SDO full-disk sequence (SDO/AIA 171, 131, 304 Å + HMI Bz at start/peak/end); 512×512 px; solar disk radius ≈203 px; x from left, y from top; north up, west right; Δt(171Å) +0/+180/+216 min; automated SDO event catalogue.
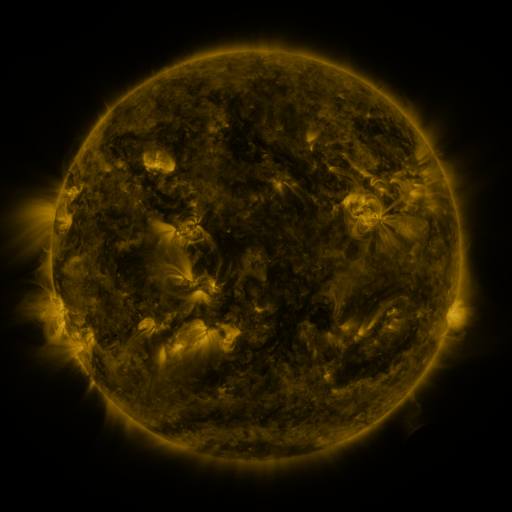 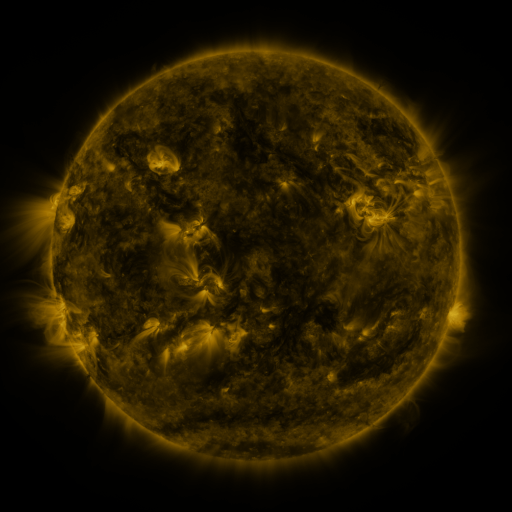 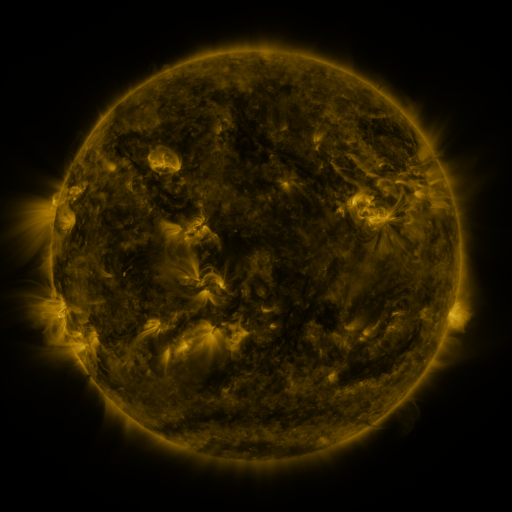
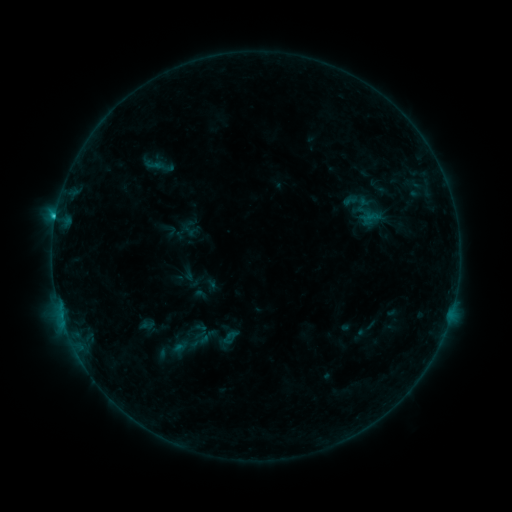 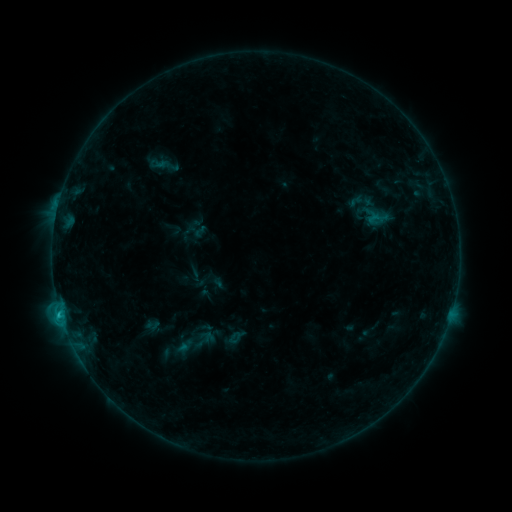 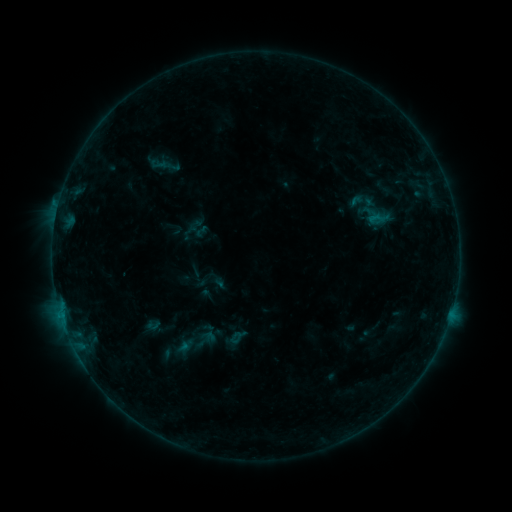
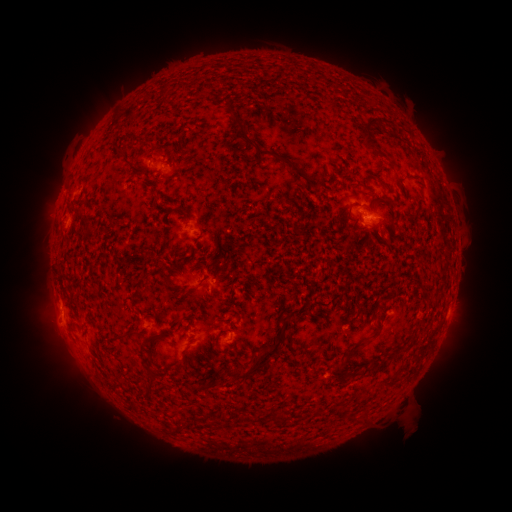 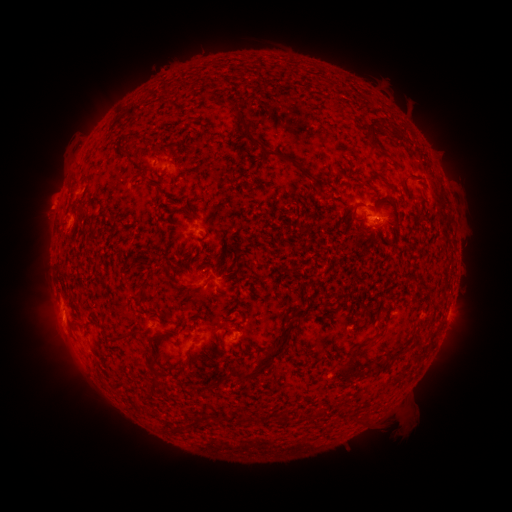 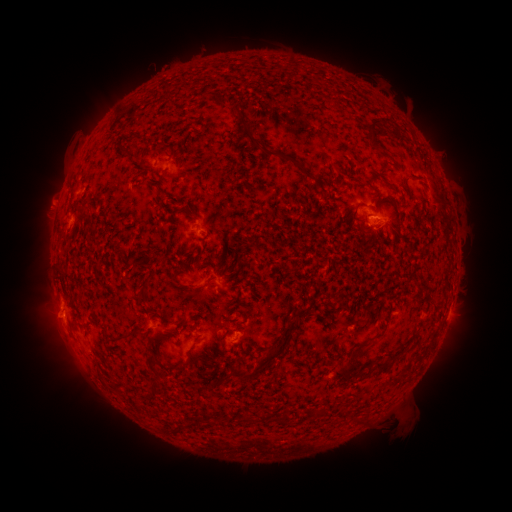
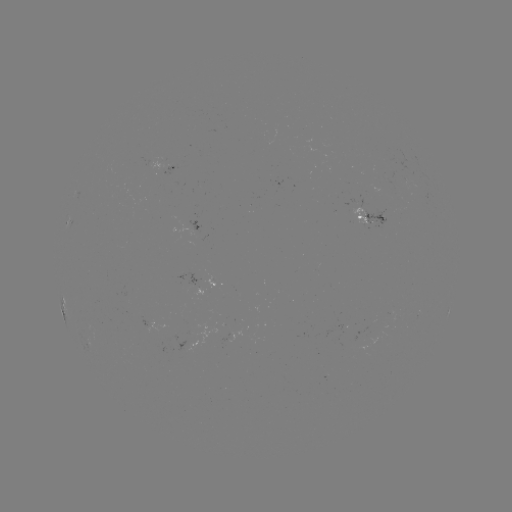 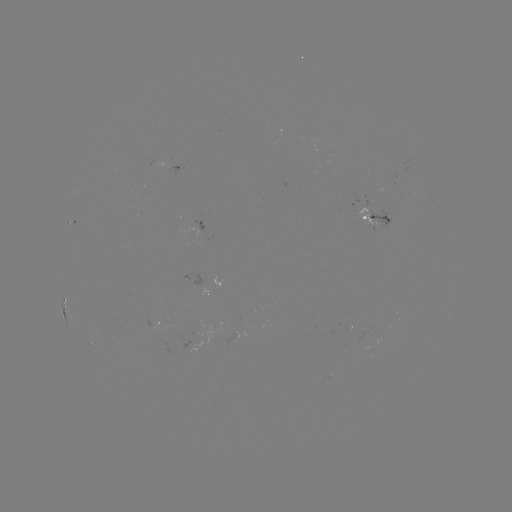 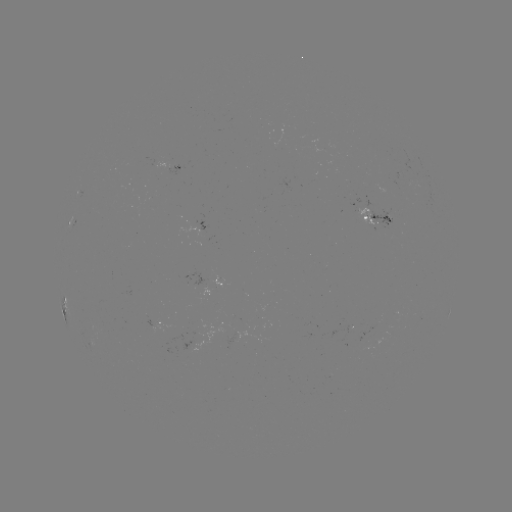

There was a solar emerging-flux region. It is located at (370, 221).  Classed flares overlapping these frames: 4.